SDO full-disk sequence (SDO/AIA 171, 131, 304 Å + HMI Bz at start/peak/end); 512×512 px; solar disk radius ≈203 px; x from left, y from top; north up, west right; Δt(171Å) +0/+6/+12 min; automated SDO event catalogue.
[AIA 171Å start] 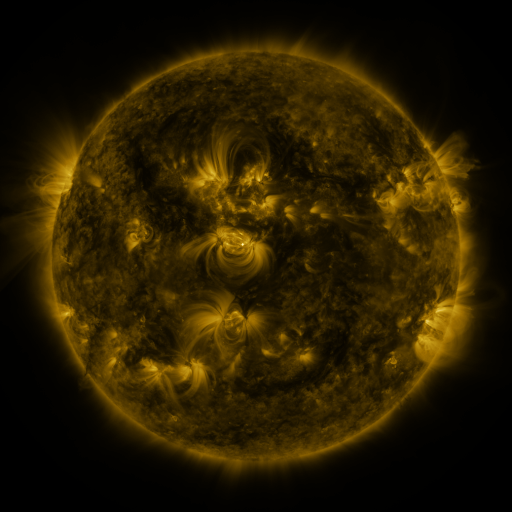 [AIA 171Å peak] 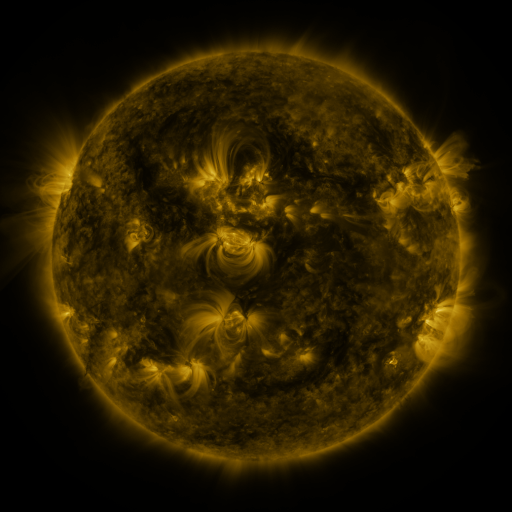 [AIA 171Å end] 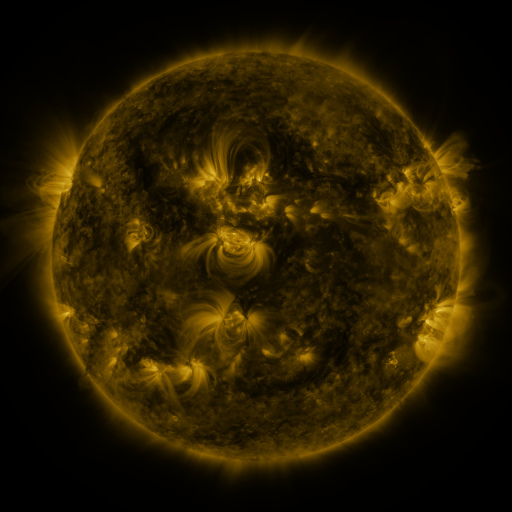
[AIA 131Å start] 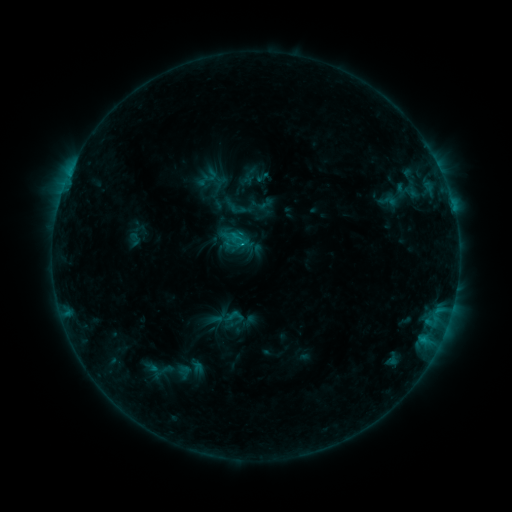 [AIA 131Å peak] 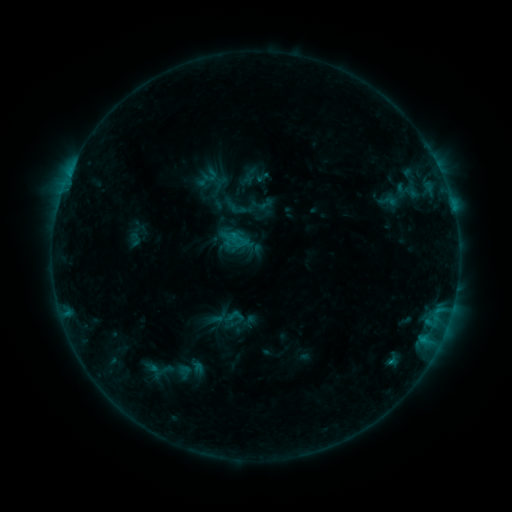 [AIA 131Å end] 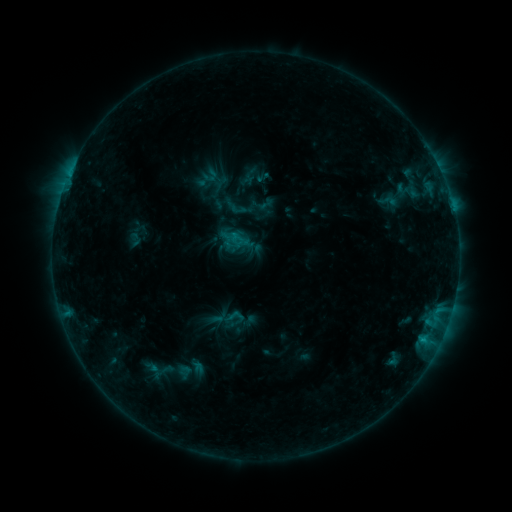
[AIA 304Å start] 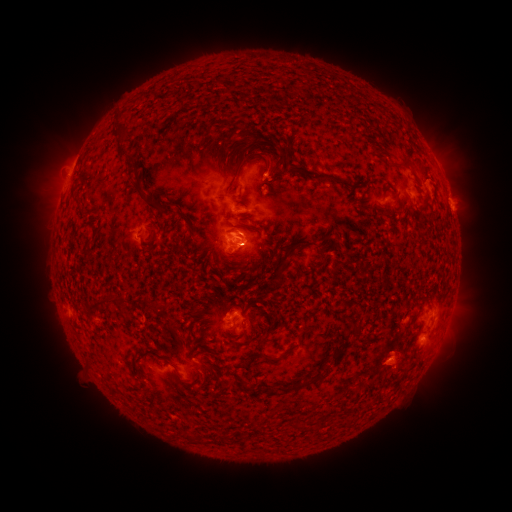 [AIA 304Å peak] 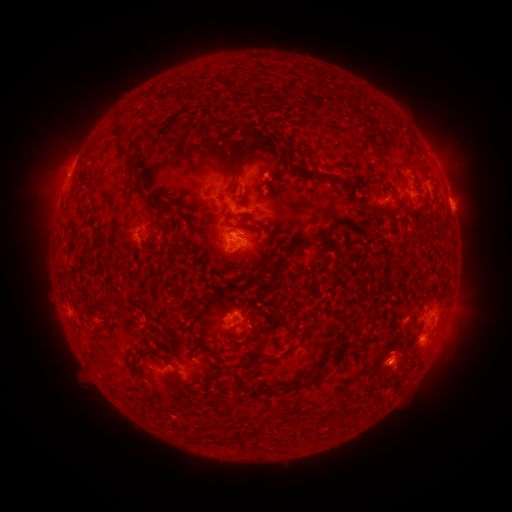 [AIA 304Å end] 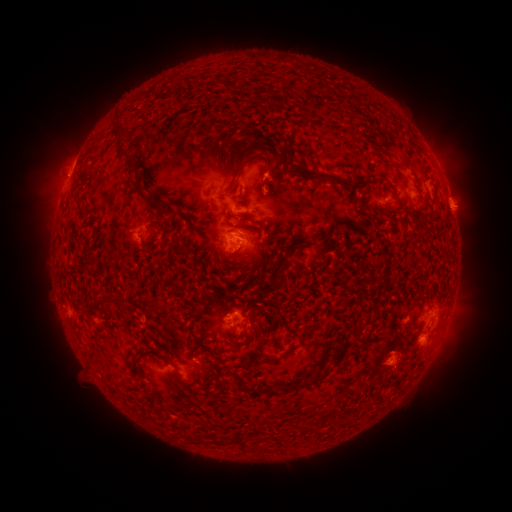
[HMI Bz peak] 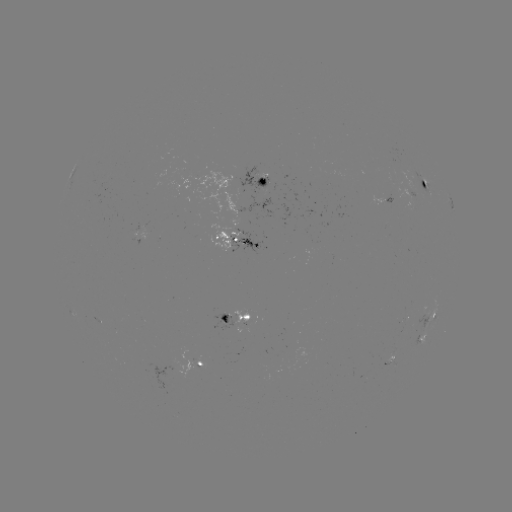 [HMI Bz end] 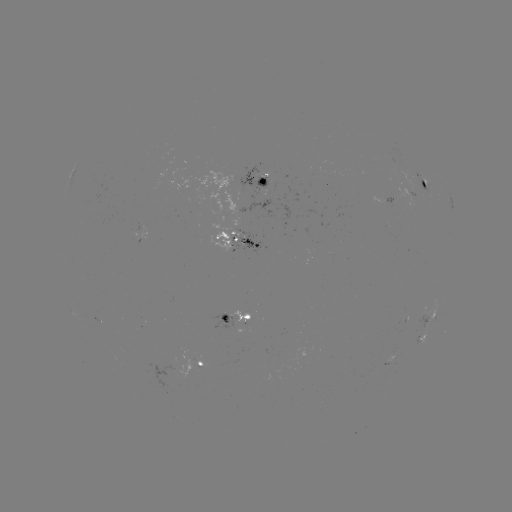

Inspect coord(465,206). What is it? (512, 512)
eruption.